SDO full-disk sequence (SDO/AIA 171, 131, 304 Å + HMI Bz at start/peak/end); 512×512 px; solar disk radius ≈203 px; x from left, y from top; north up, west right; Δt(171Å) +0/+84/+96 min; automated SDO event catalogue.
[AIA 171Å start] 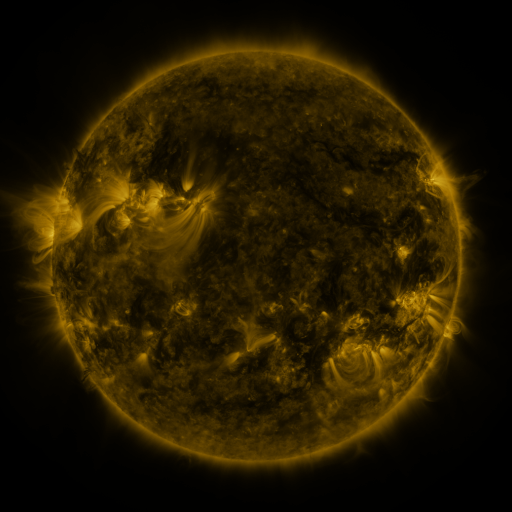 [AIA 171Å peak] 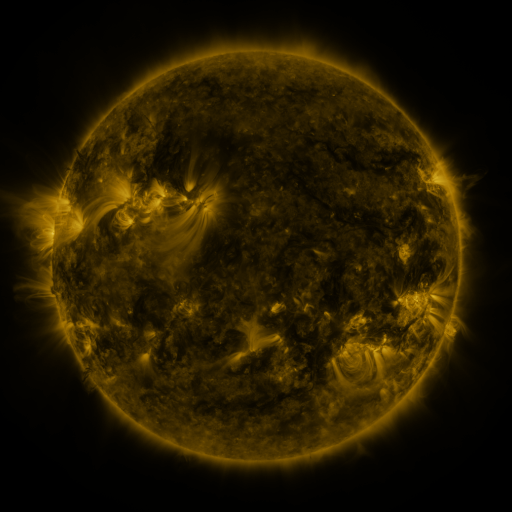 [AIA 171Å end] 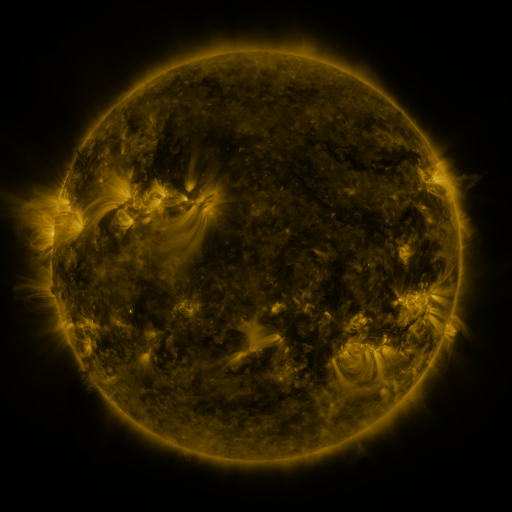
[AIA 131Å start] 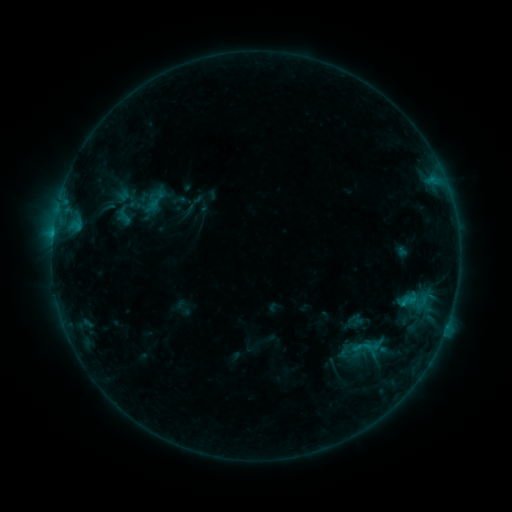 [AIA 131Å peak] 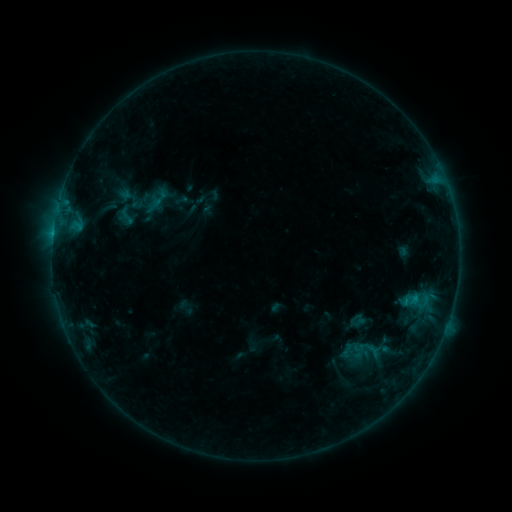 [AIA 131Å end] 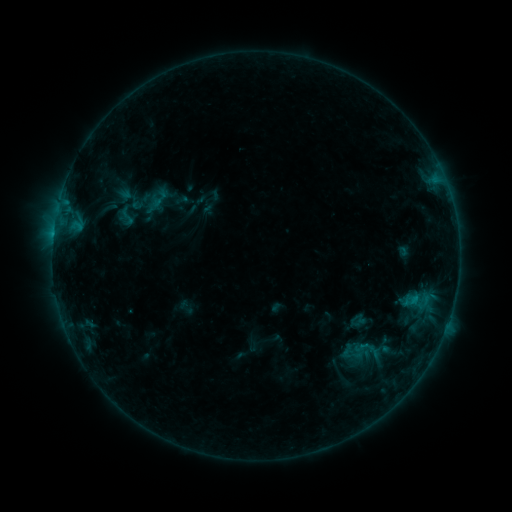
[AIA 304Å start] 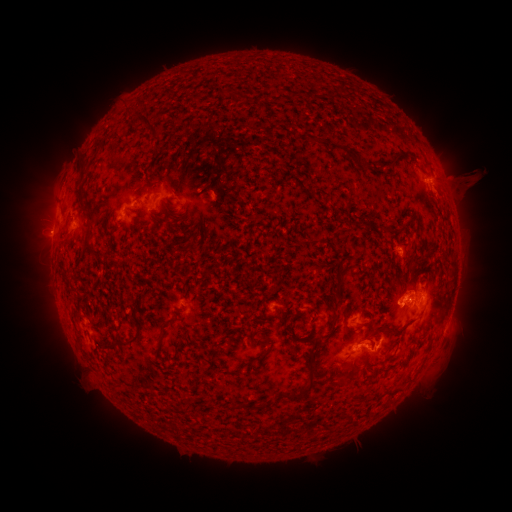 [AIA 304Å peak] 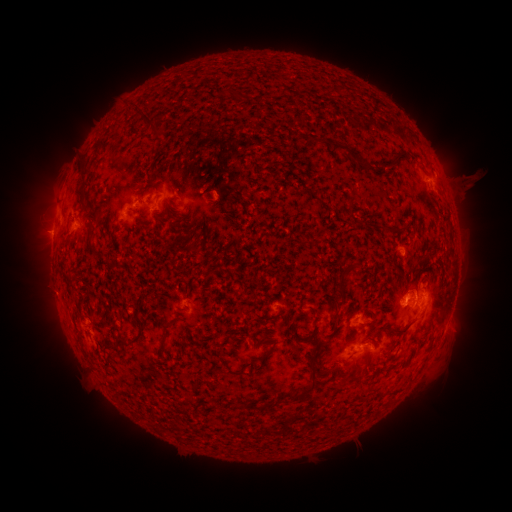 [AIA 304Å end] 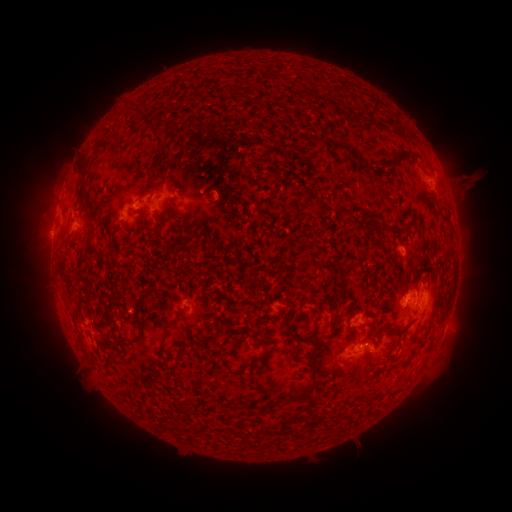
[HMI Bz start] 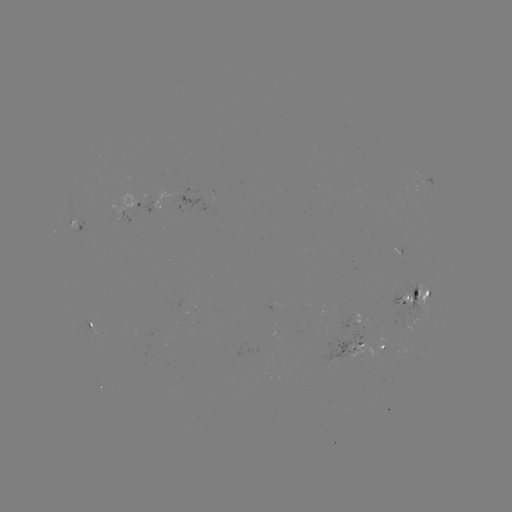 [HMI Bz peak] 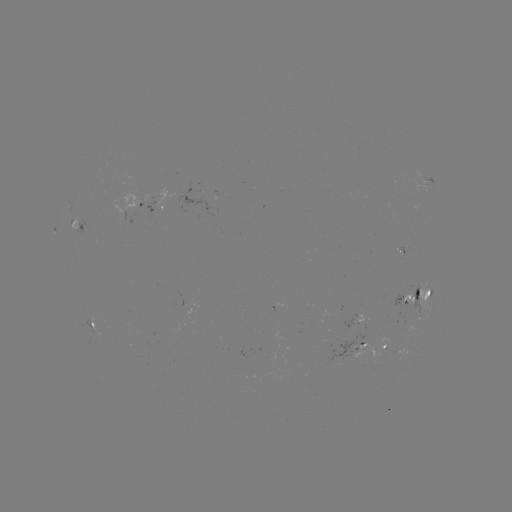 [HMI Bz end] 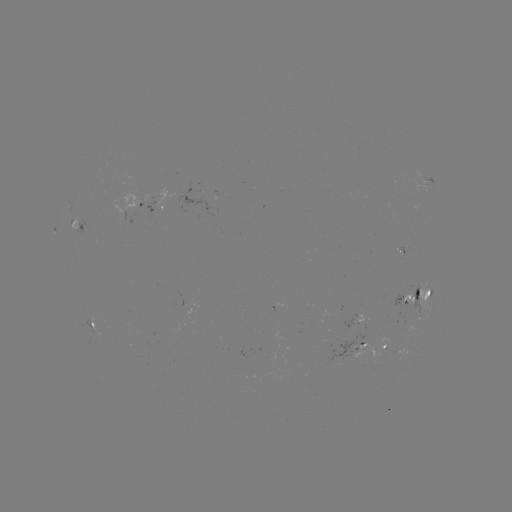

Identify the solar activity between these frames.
emerging-flux region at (395, 348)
